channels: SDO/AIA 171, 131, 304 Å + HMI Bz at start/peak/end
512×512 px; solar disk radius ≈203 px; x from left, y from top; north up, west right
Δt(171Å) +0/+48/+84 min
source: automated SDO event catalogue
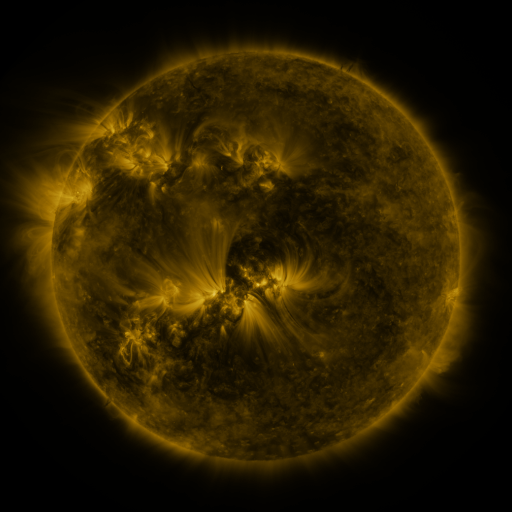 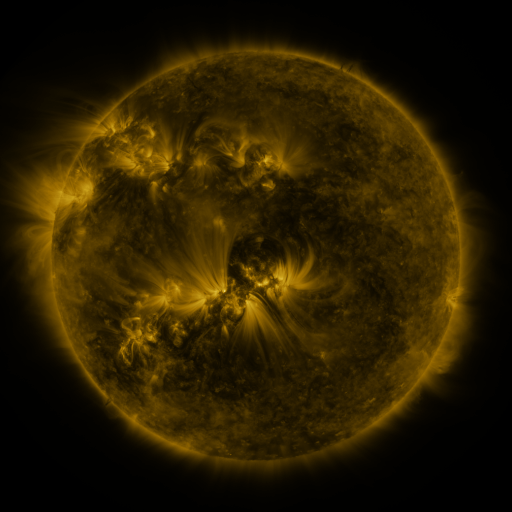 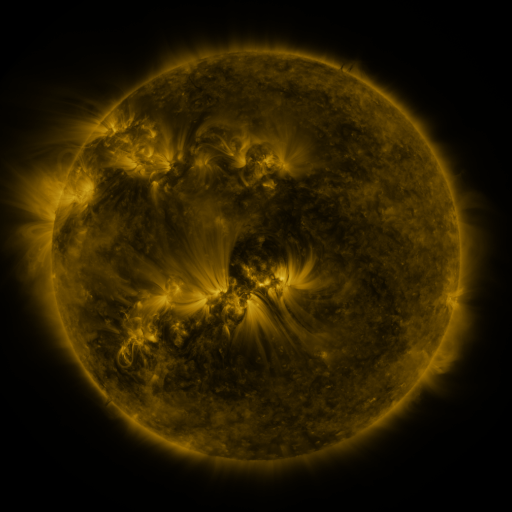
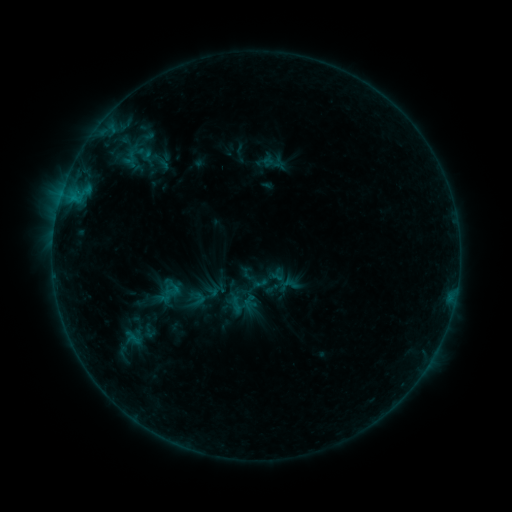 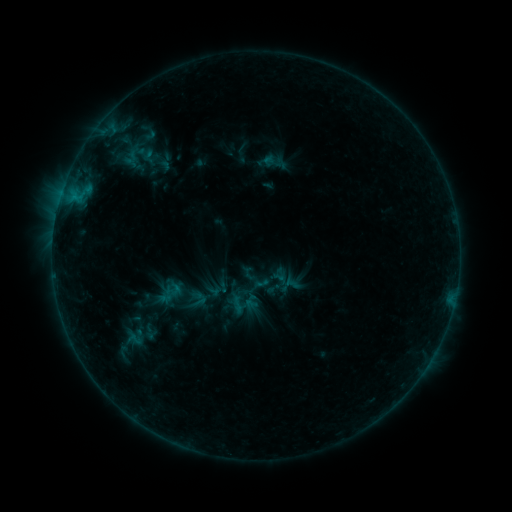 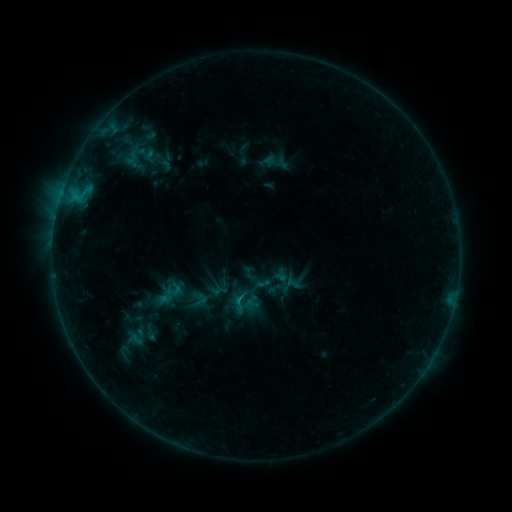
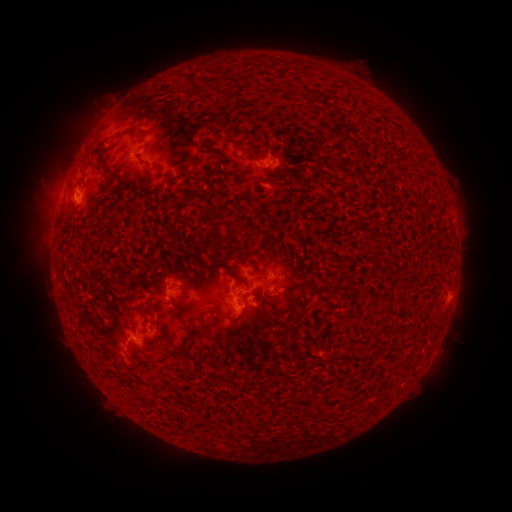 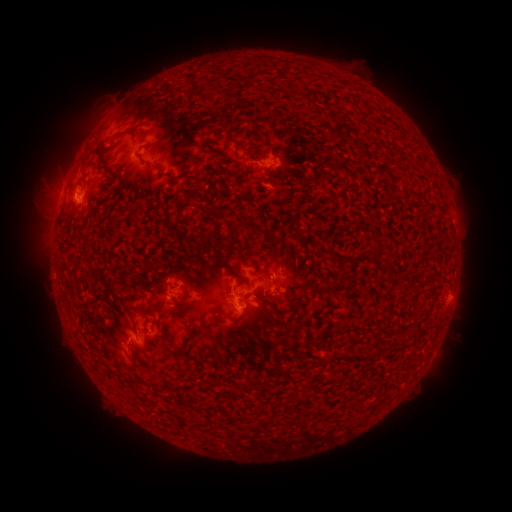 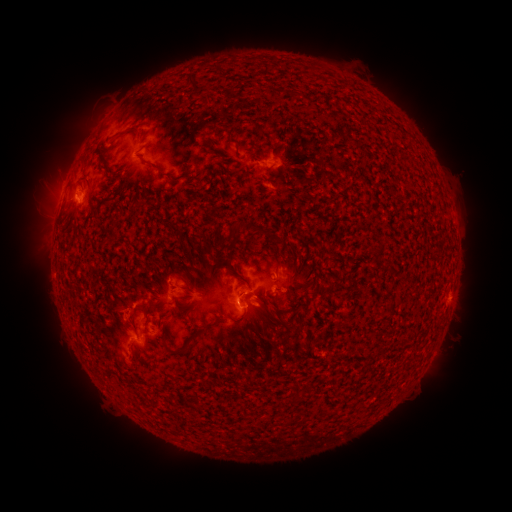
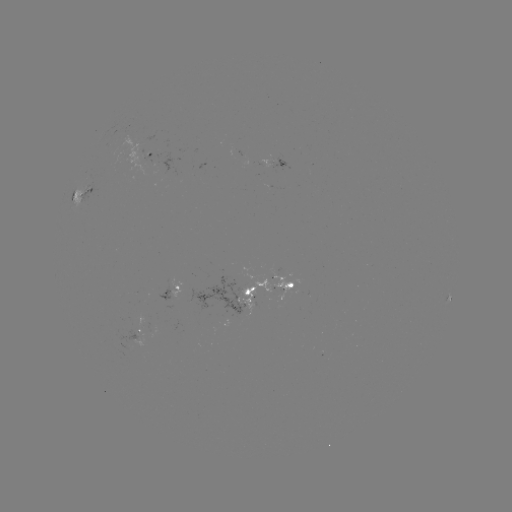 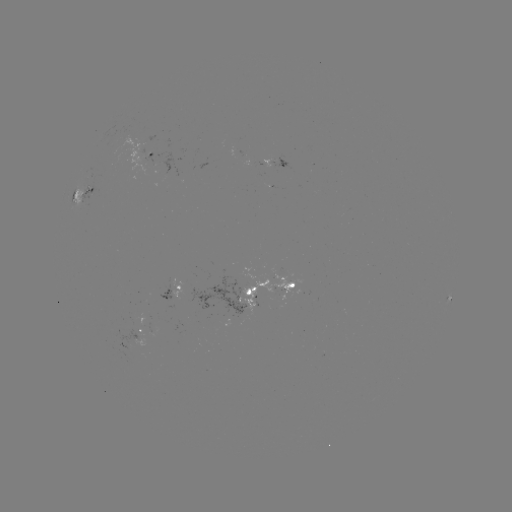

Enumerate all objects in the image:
emerging-flux region: (263, 289)
